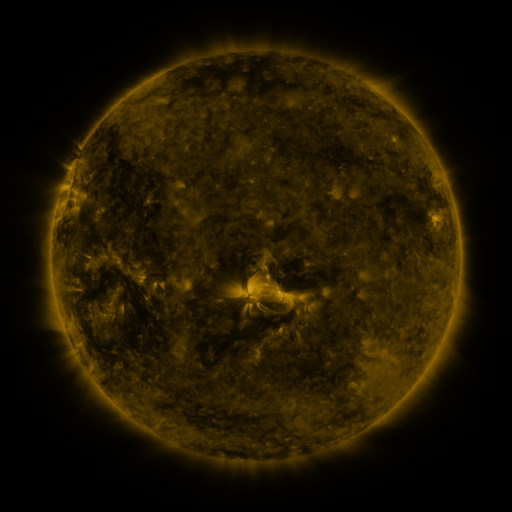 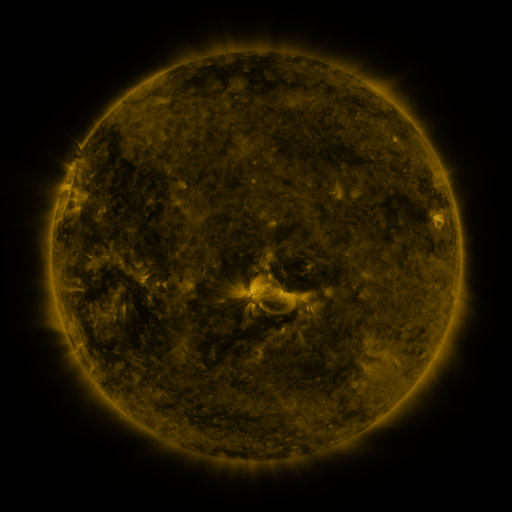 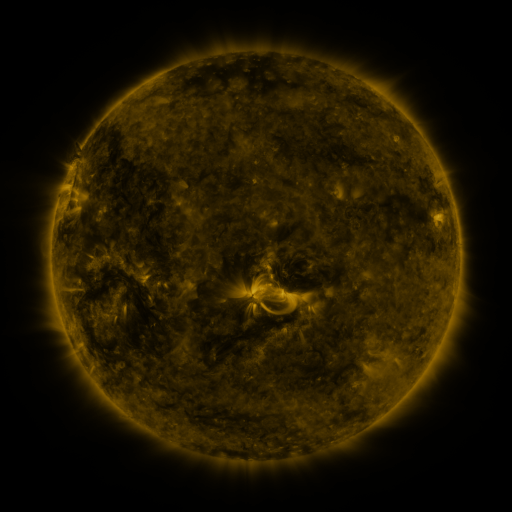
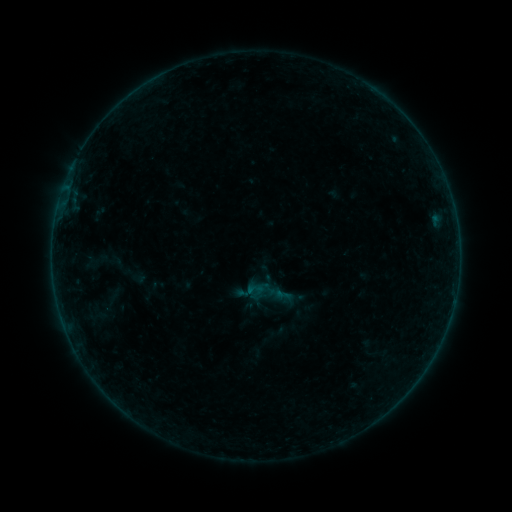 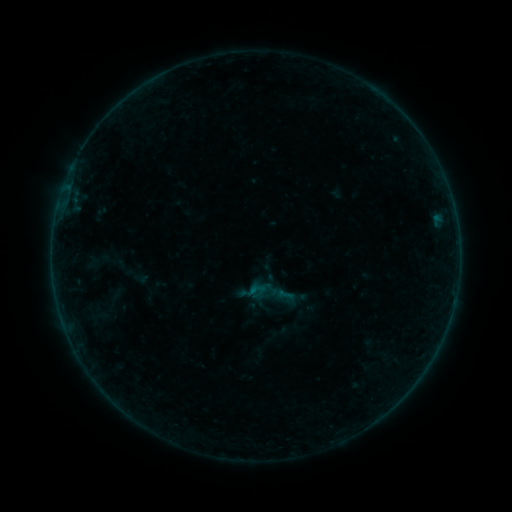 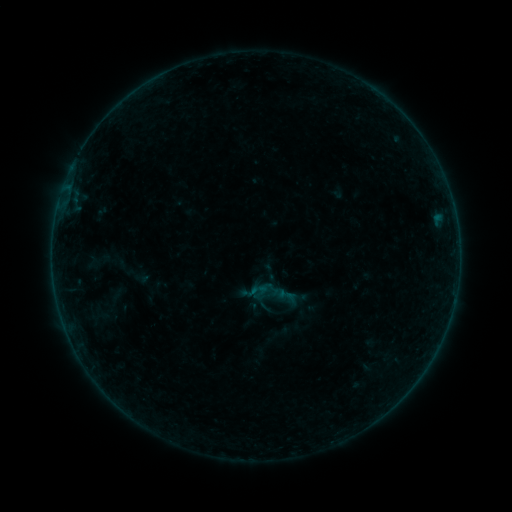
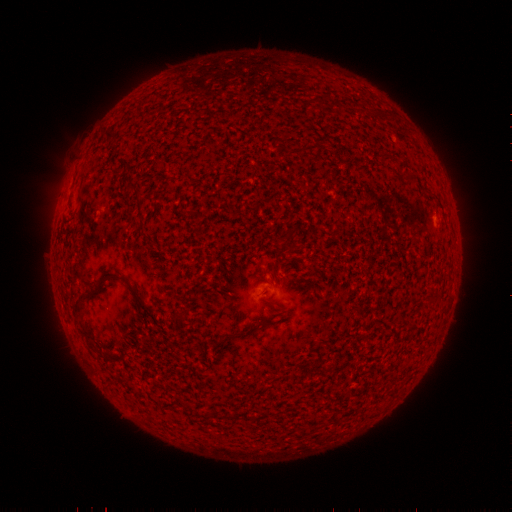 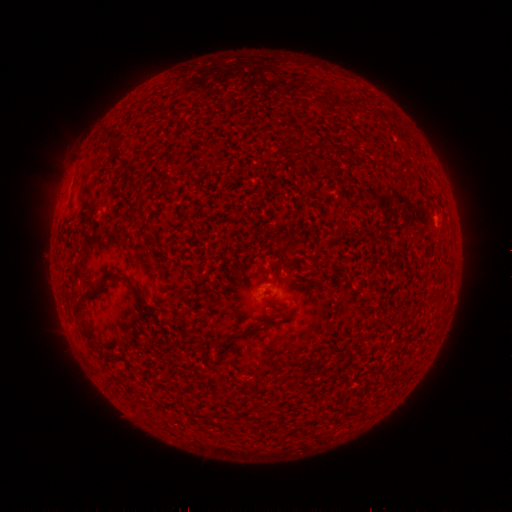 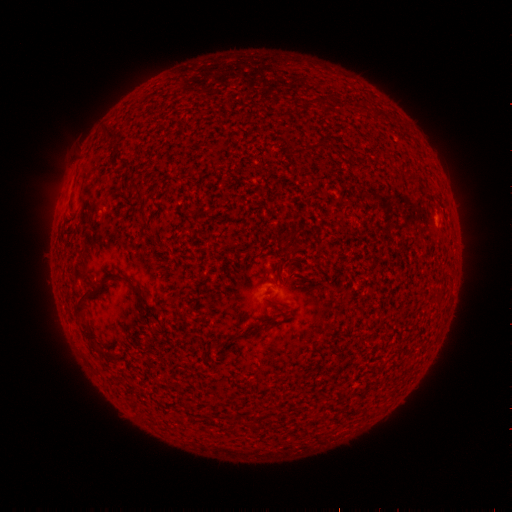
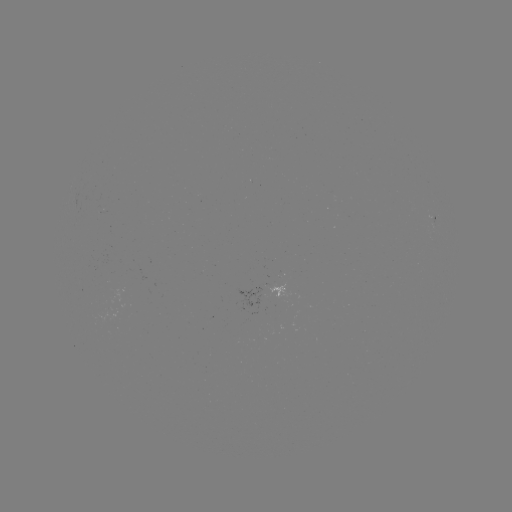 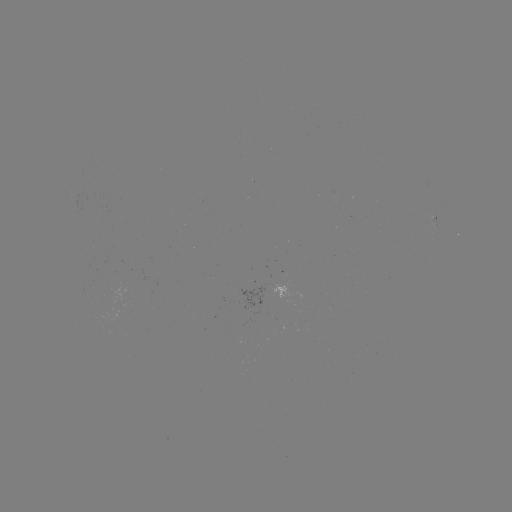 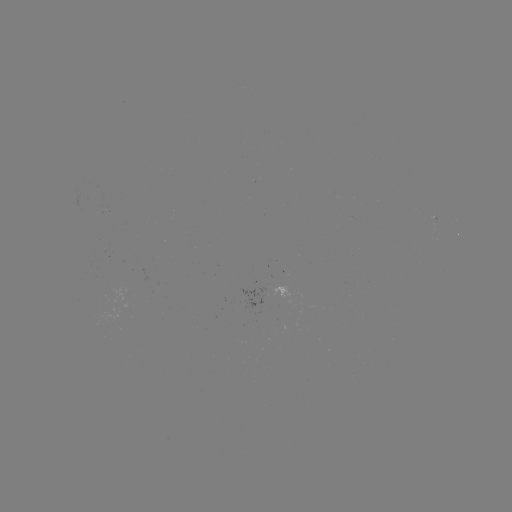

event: emerging-flux region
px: (278, 286)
